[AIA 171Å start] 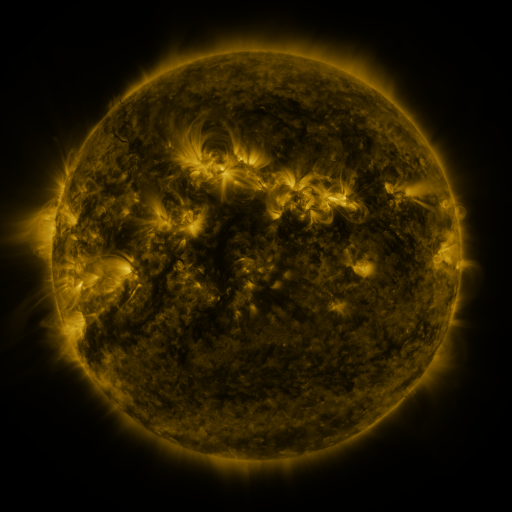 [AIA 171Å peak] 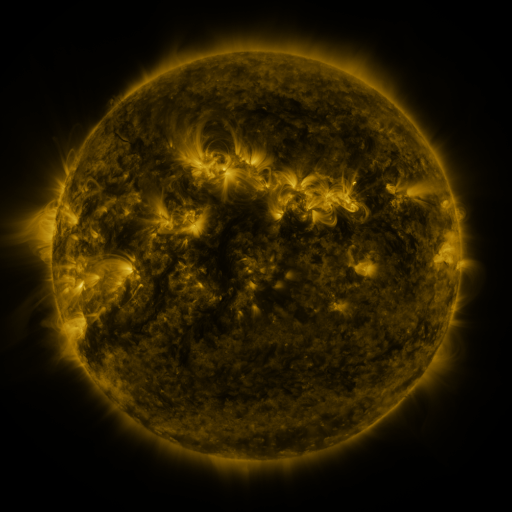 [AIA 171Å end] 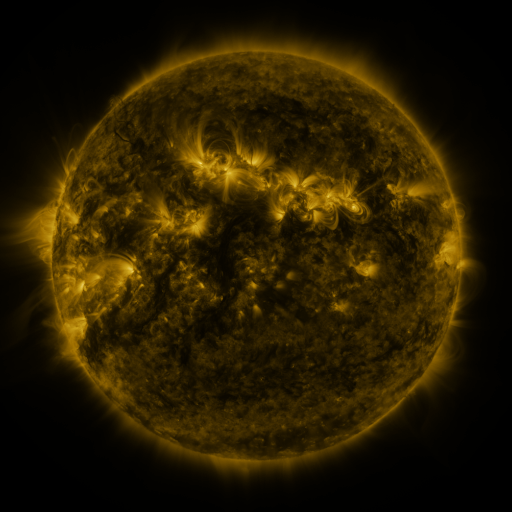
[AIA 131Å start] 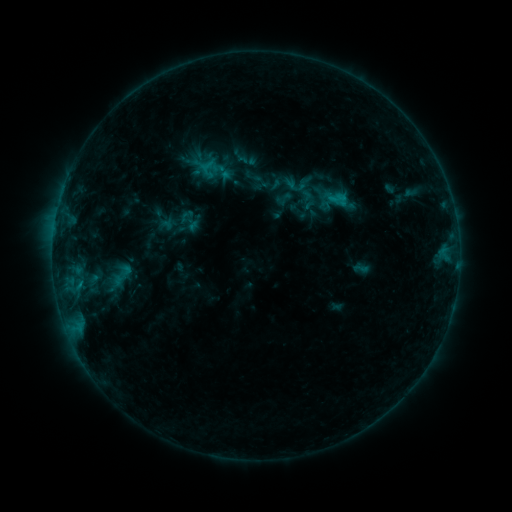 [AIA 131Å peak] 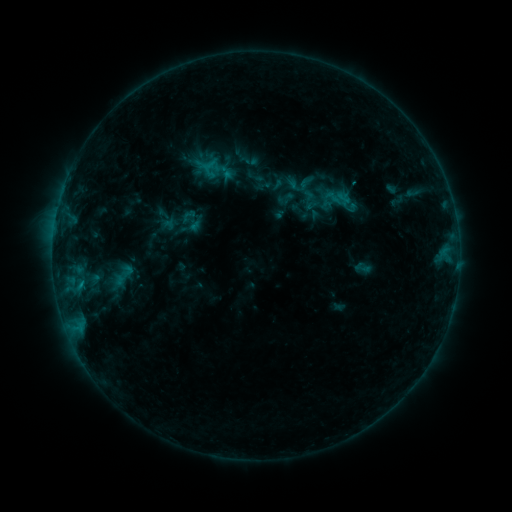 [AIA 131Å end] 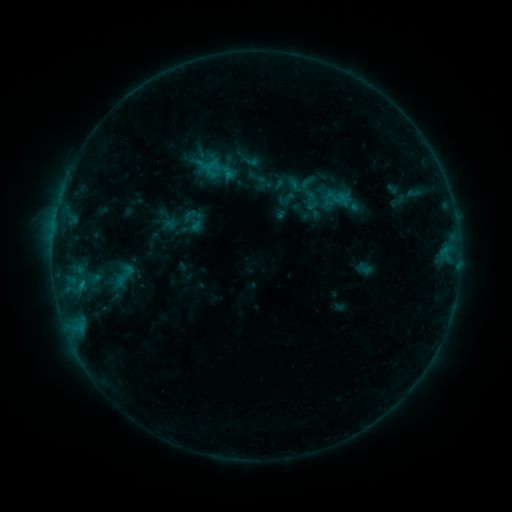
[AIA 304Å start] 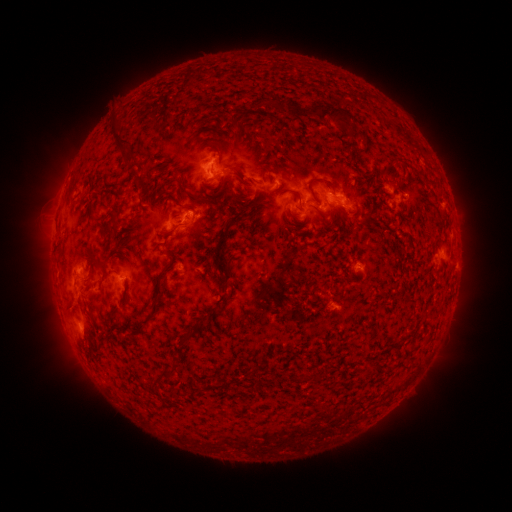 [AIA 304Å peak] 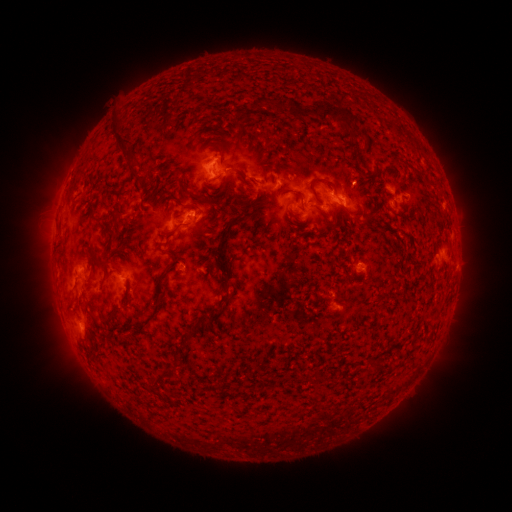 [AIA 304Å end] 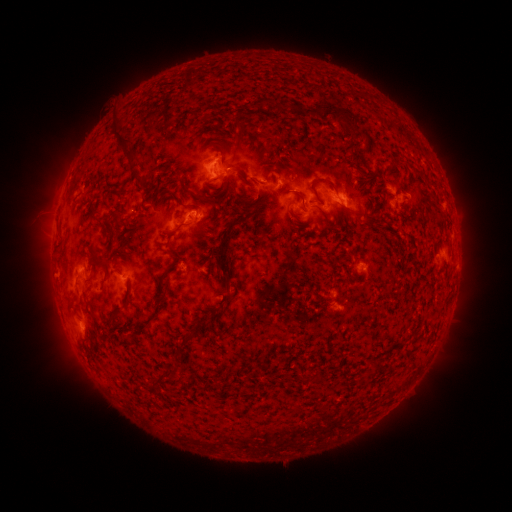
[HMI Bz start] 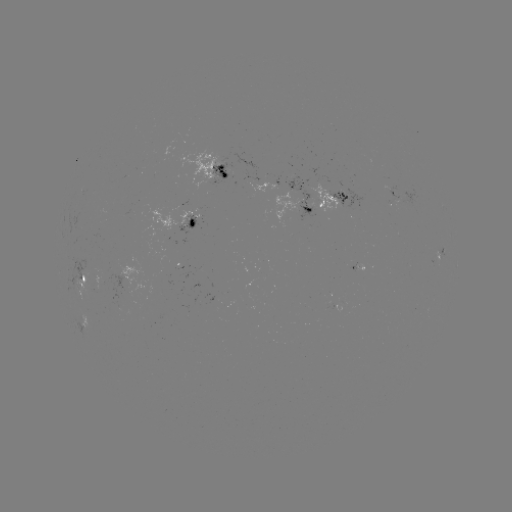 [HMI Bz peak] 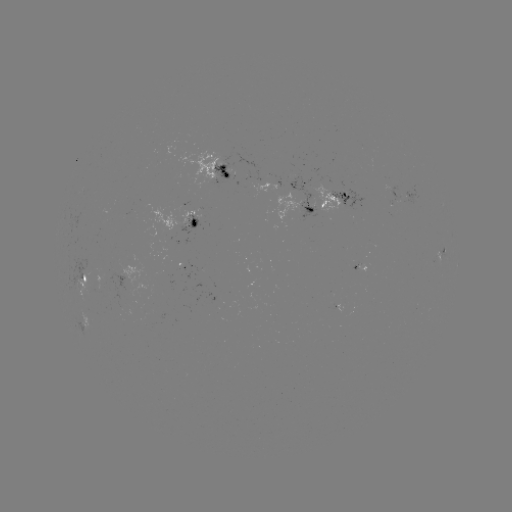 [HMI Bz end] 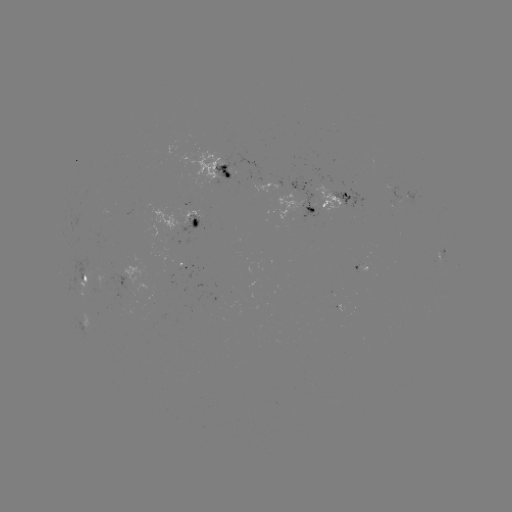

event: emerging-flux region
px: (393, 198)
